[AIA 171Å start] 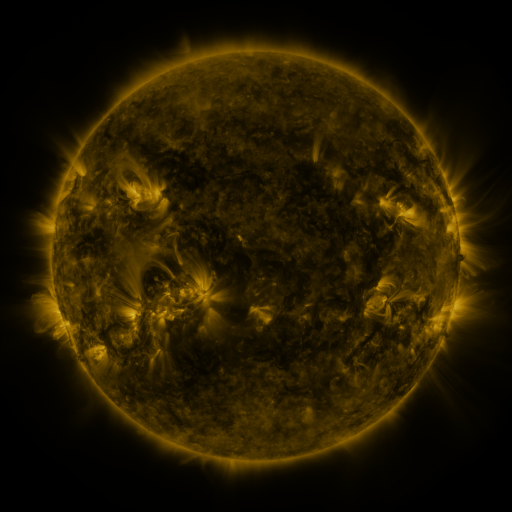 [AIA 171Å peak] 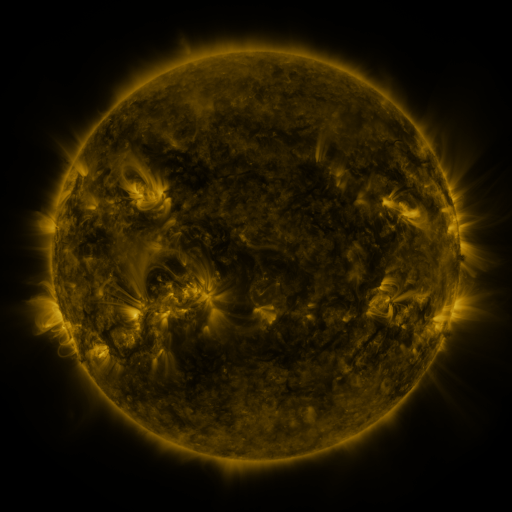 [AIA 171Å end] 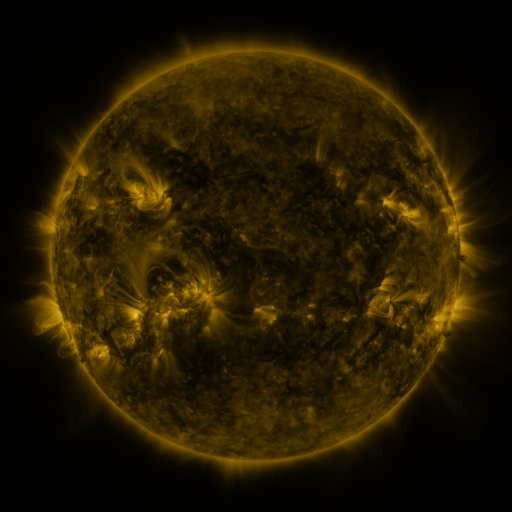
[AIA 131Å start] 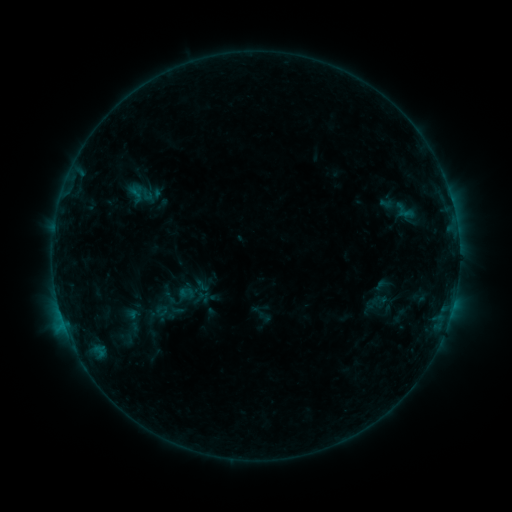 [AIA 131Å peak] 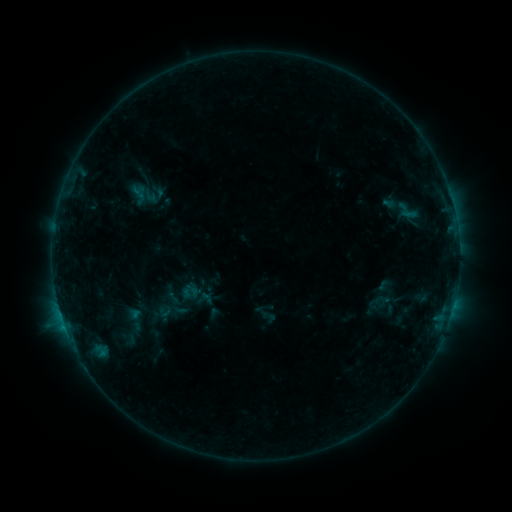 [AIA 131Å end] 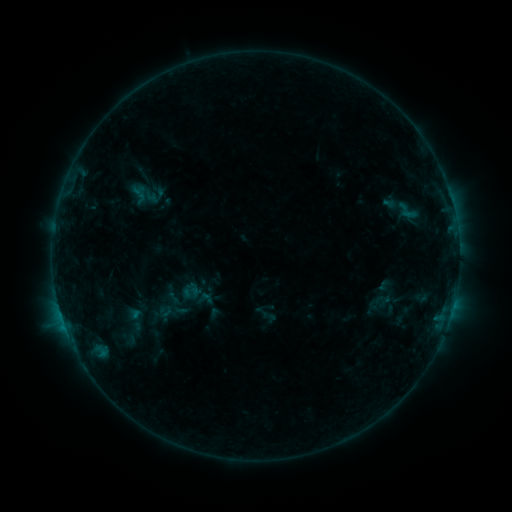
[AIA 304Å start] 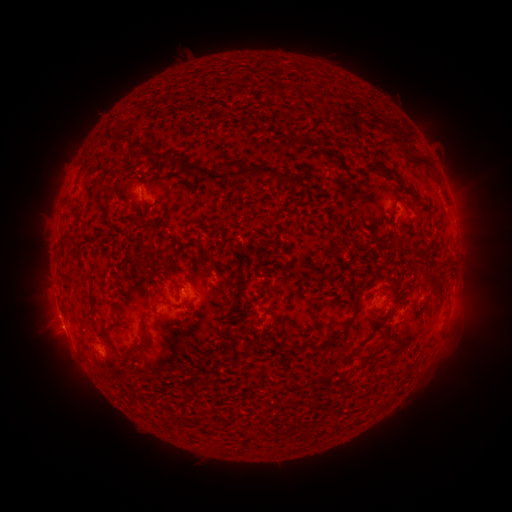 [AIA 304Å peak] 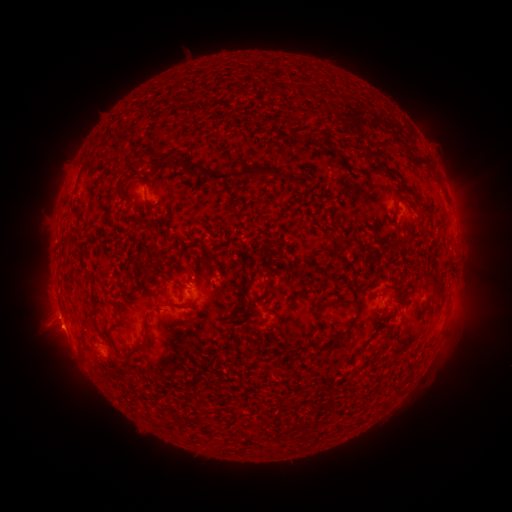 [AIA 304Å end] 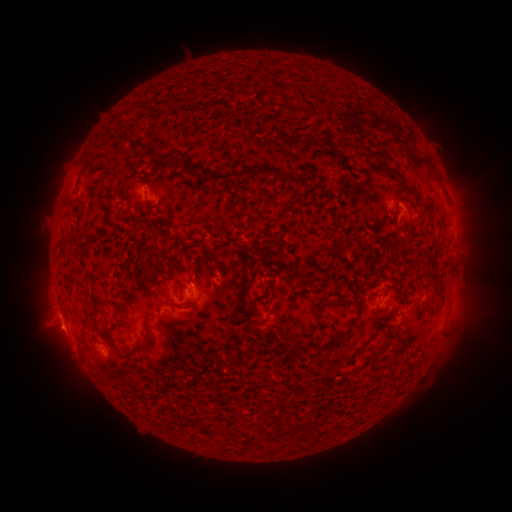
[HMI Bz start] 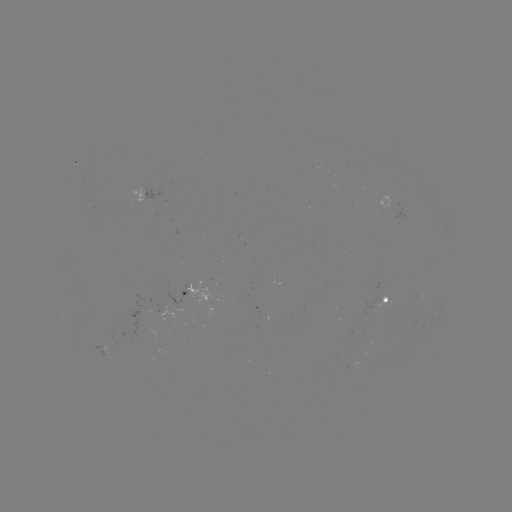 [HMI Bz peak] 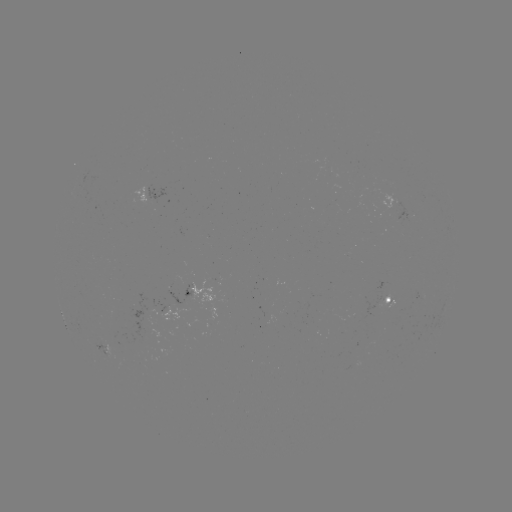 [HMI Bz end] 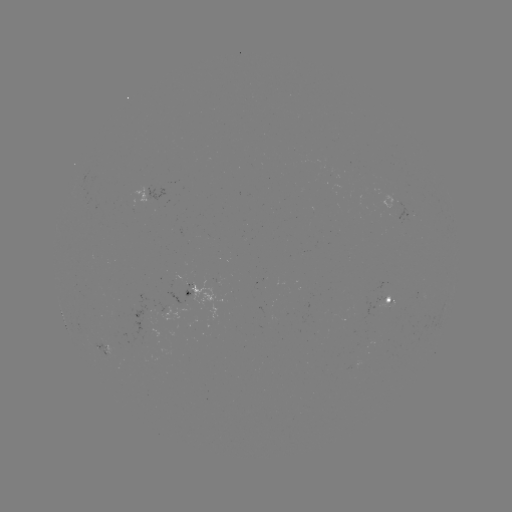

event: emerging-flux region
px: (186, 289)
